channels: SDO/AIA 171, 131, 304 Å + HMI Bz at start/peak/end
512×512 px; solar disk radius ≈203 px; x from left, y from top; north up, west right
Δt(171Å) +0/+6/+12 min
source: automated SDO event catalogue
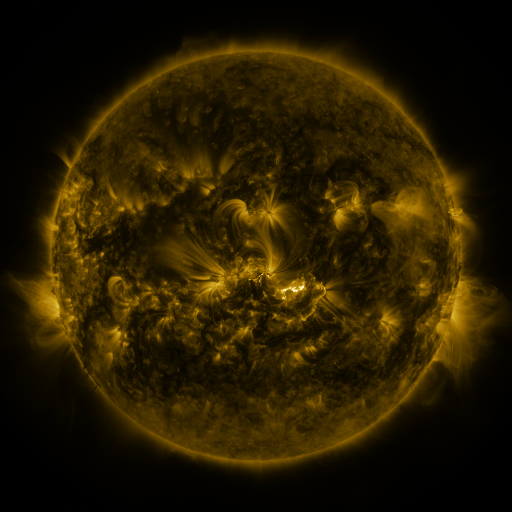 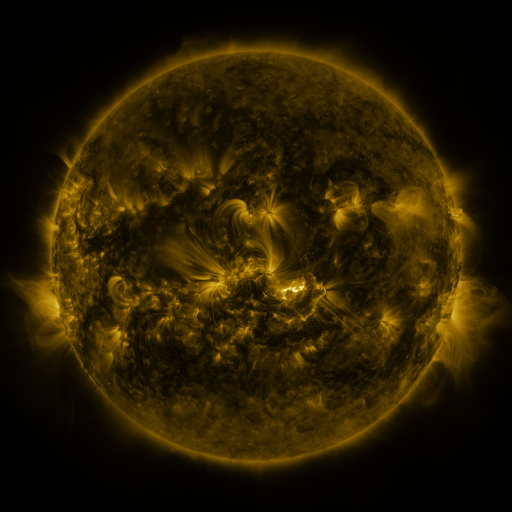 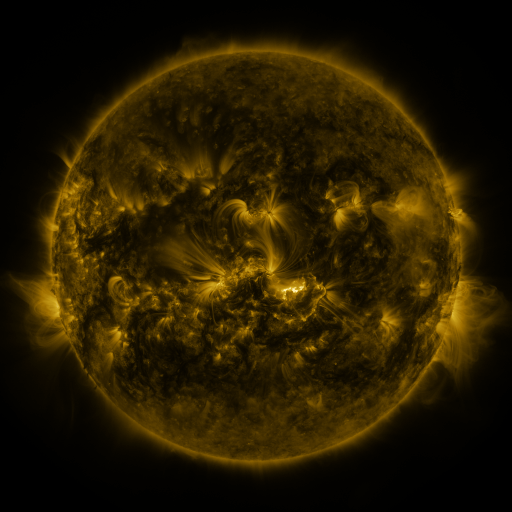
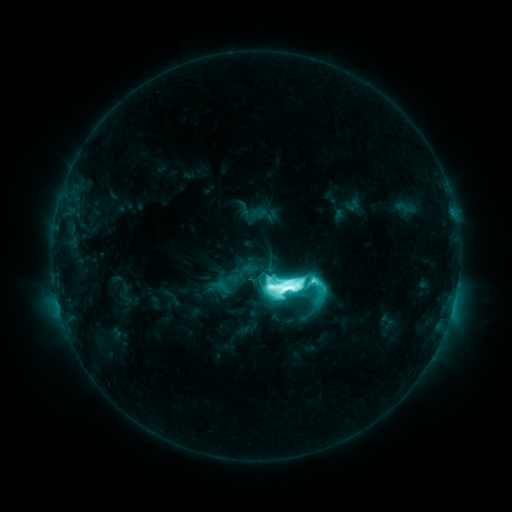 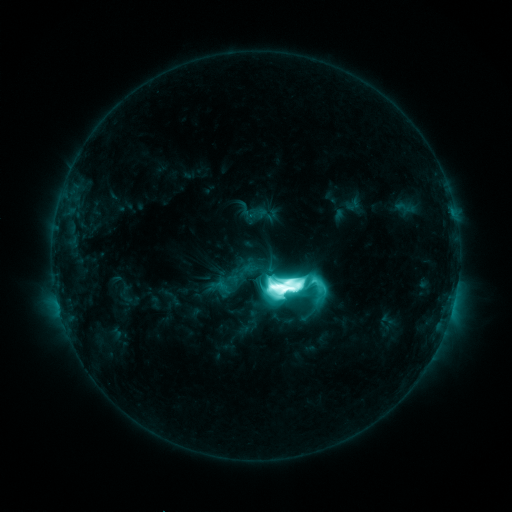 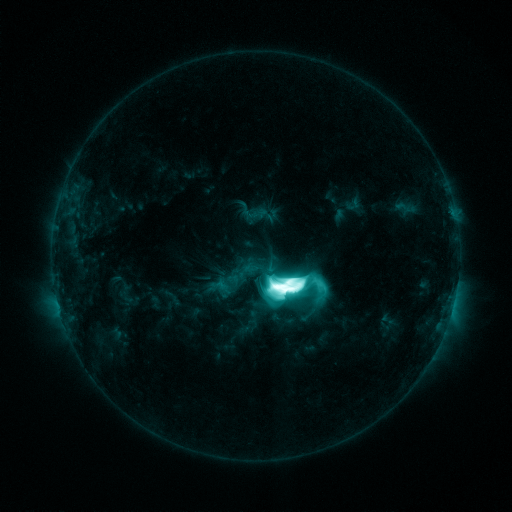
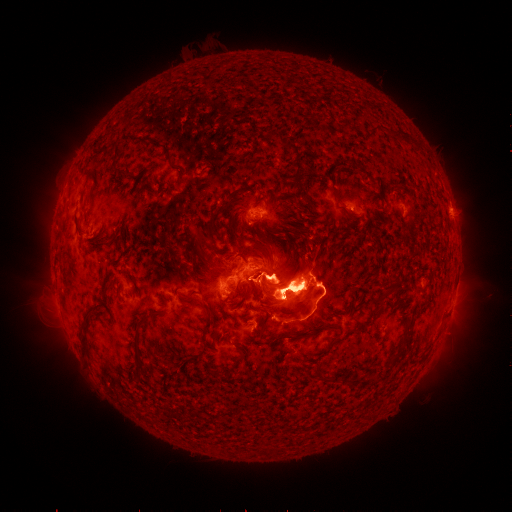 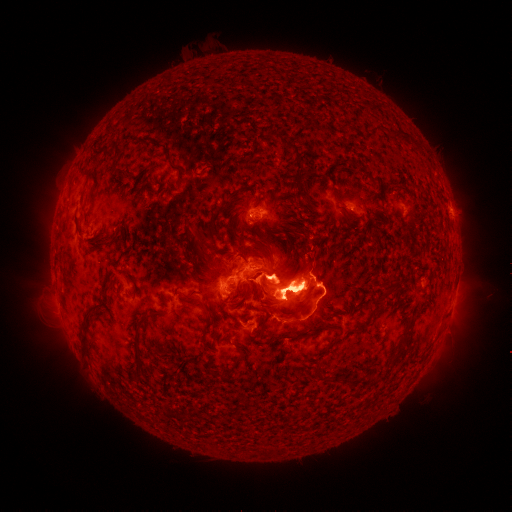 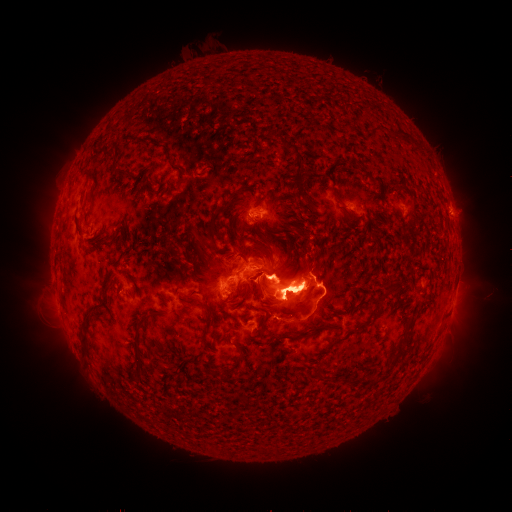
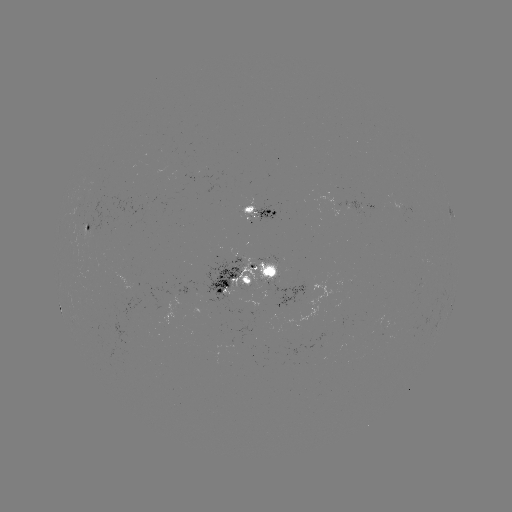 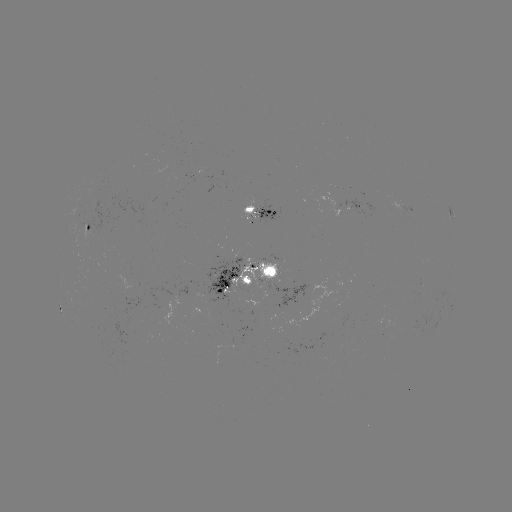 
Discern eruption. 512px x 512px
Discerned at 287,227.